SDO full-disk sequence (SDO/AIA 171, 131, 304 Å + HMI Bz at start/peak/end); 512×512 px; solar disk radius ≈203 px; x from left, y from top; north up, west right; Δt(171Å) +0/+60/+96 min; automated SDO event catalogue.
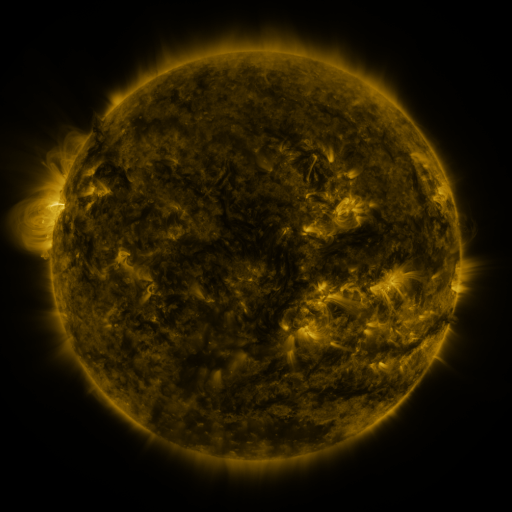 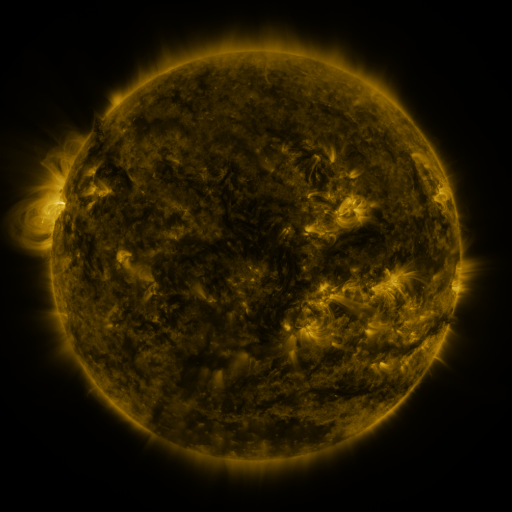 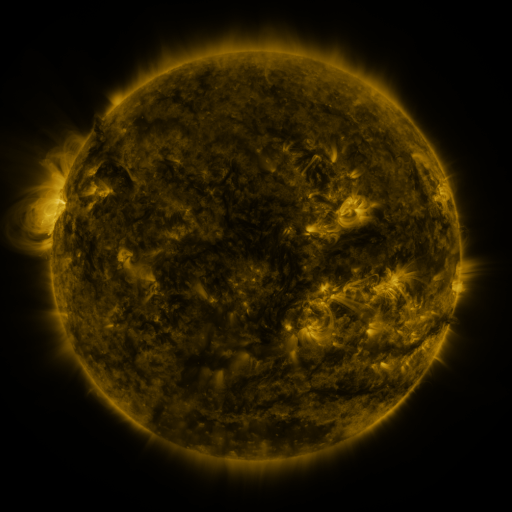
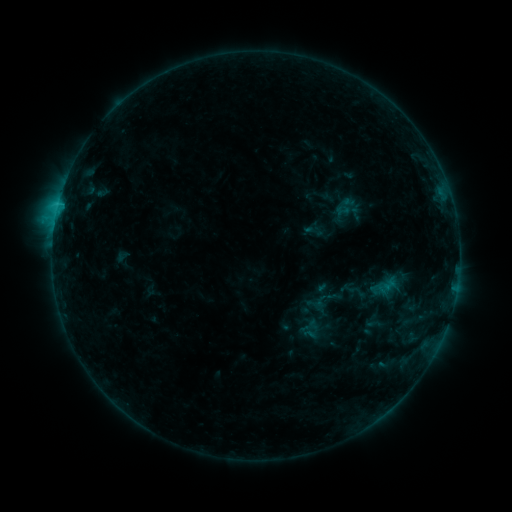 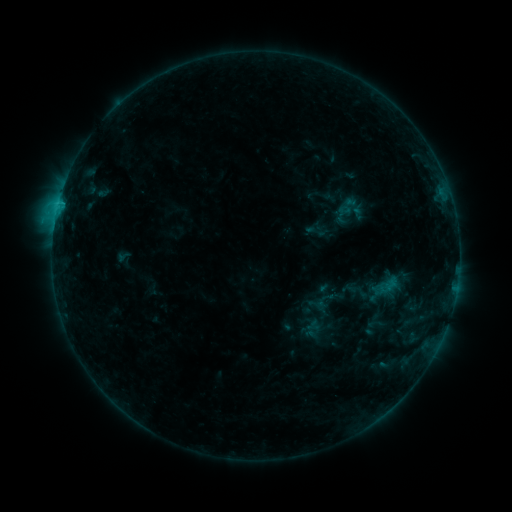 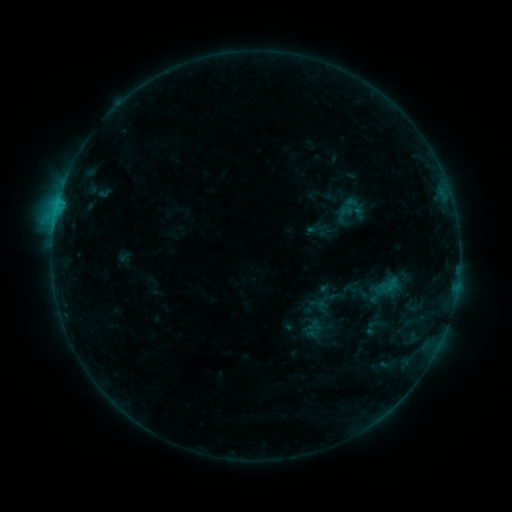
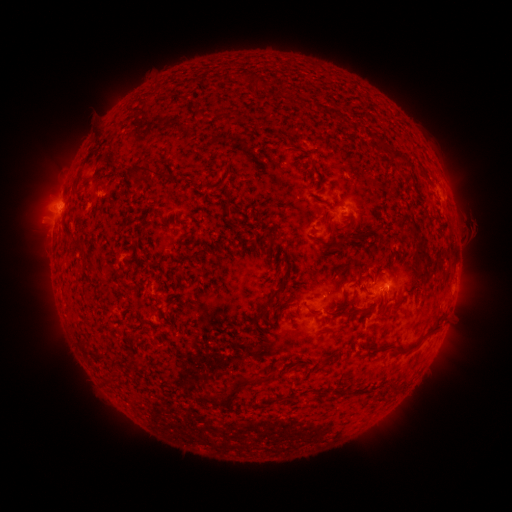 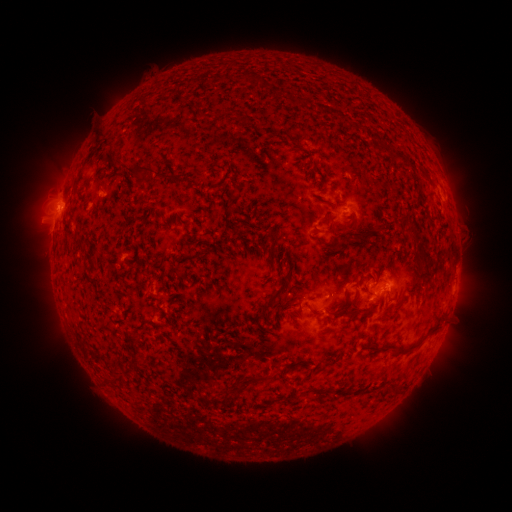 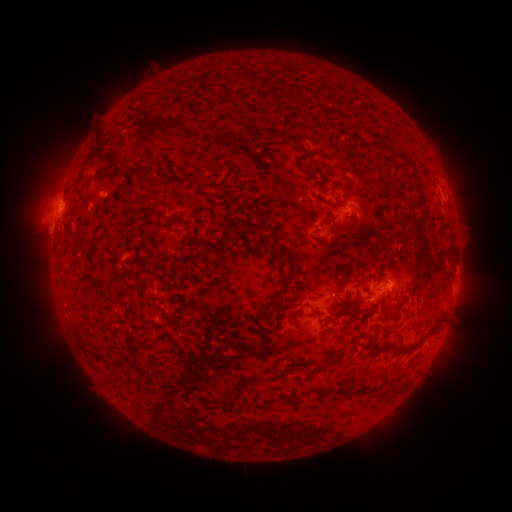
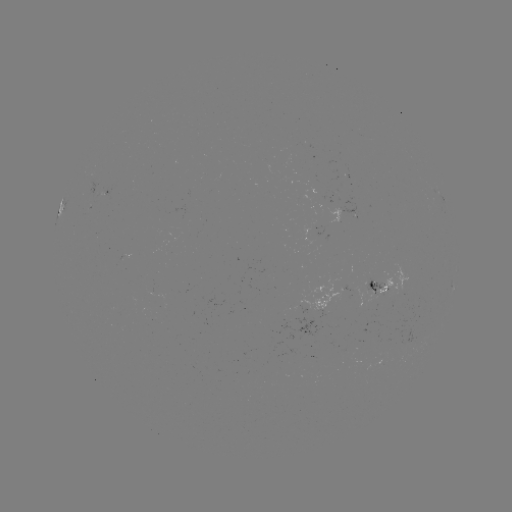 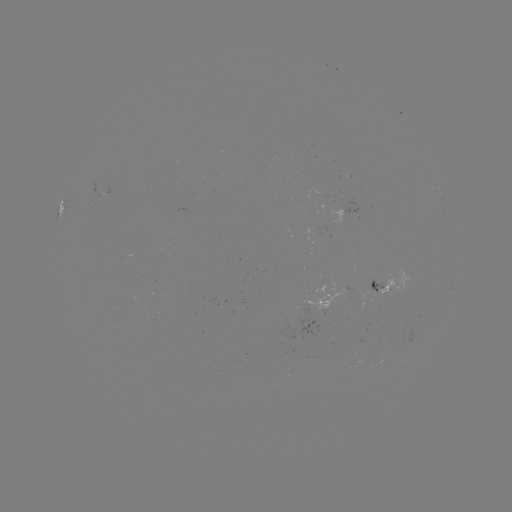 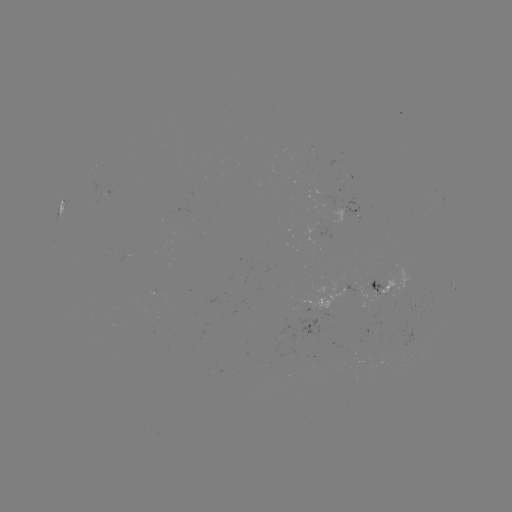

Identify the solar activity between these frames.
emerging-flux region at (391, 286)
